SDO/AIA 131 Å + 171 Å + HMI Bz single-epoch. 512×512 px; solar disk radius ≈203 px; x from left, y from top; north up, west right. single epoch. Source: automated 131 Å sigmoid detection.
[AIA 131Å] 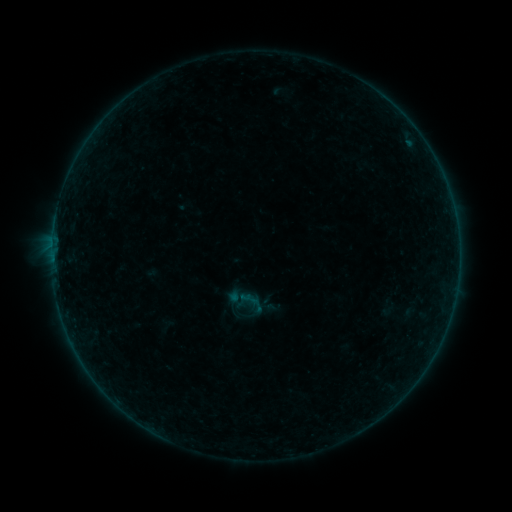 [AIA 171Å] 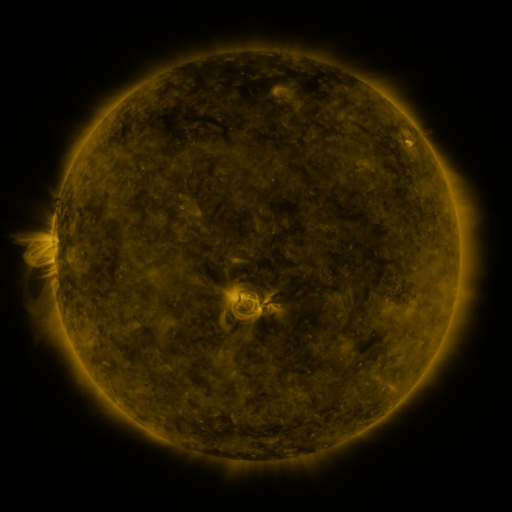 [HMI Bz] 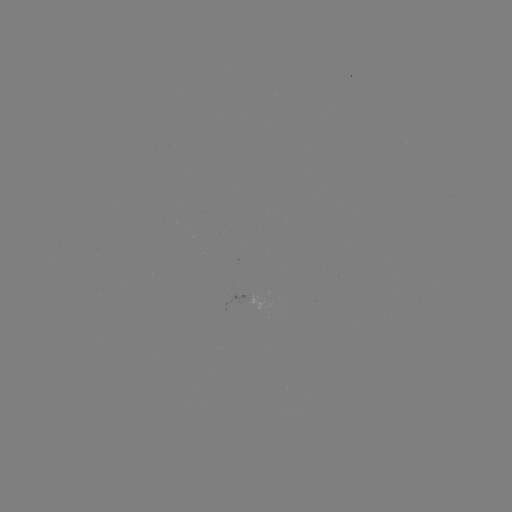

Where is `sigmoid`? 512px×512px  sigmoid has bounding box [237, 288, 266, 316].